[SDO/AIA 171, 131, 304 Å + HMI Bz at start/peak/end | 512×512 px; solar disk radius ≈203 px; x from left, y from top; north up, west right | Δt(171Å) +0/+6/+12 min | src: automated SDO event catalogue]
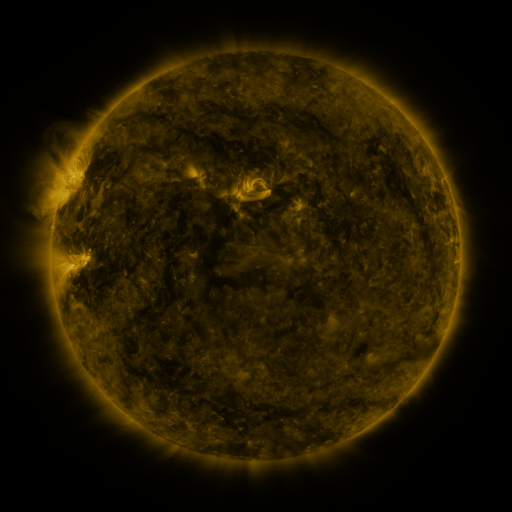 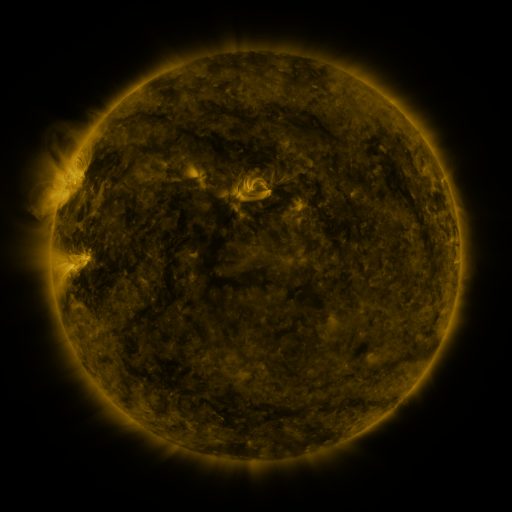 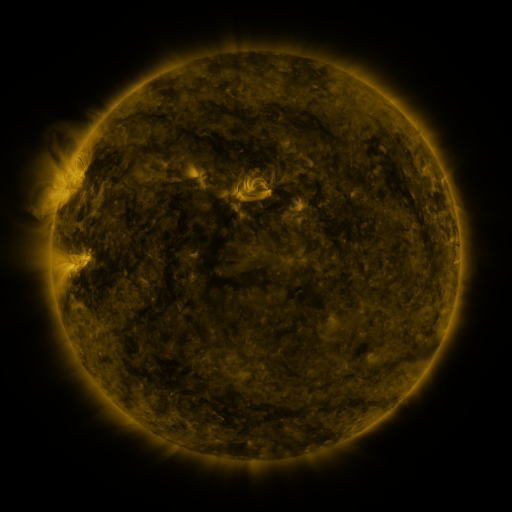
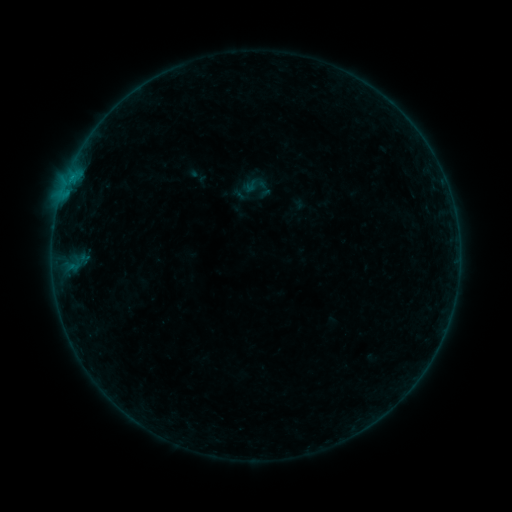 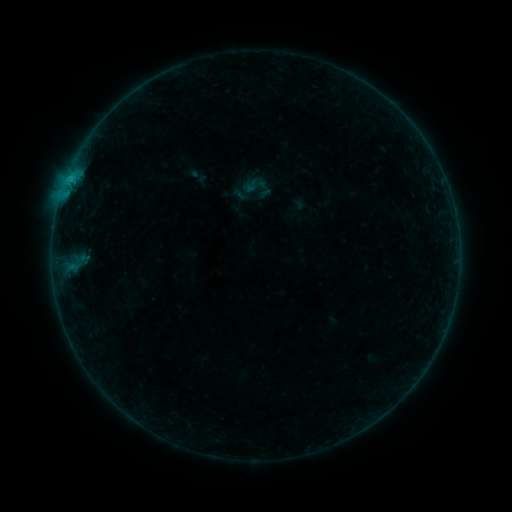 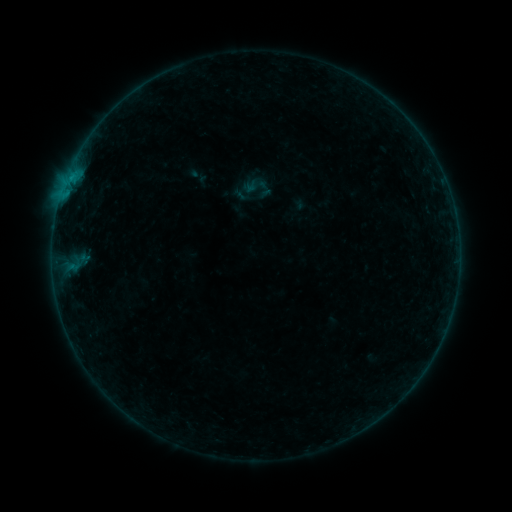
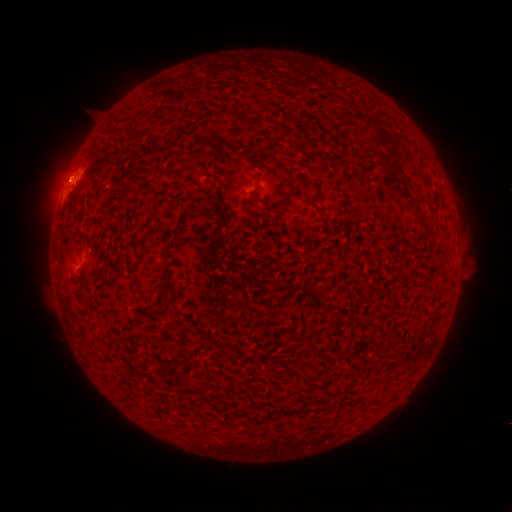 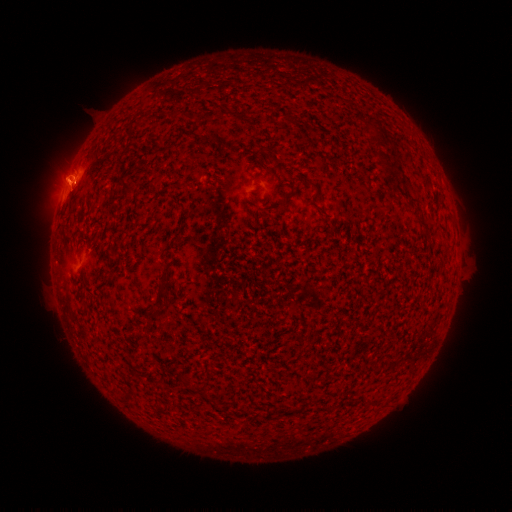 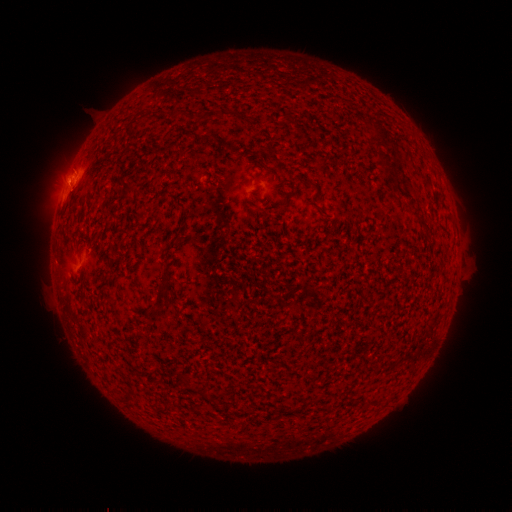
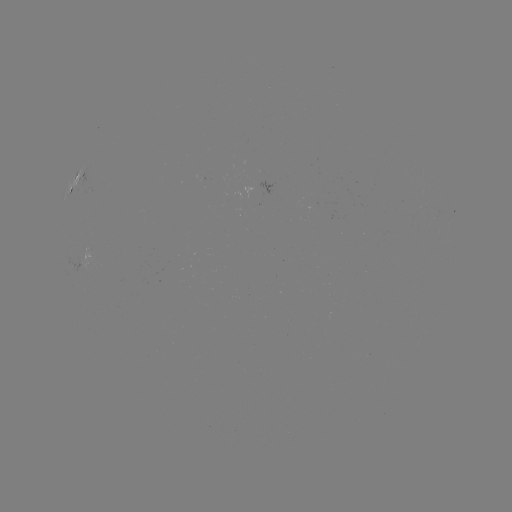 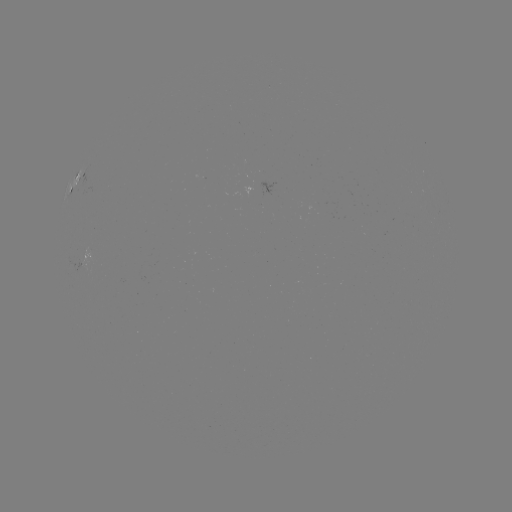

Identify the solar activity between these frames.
B4.5 flare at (71, 180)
